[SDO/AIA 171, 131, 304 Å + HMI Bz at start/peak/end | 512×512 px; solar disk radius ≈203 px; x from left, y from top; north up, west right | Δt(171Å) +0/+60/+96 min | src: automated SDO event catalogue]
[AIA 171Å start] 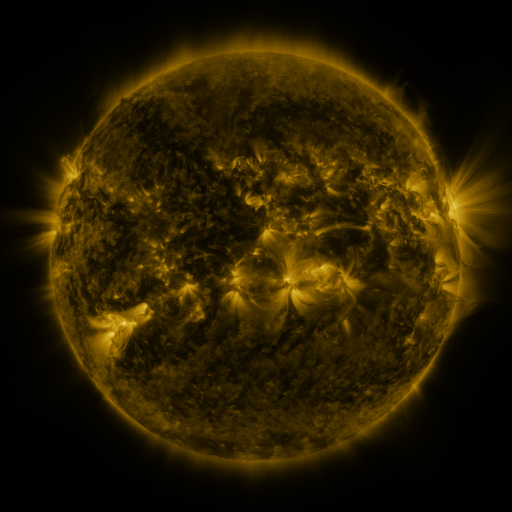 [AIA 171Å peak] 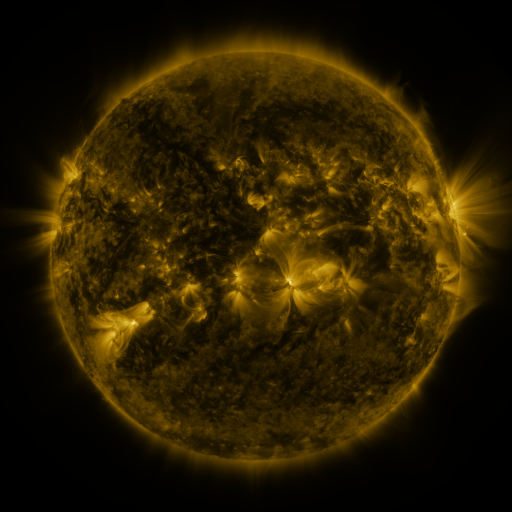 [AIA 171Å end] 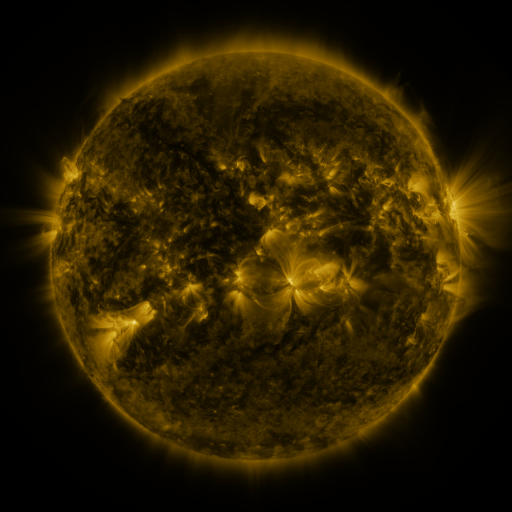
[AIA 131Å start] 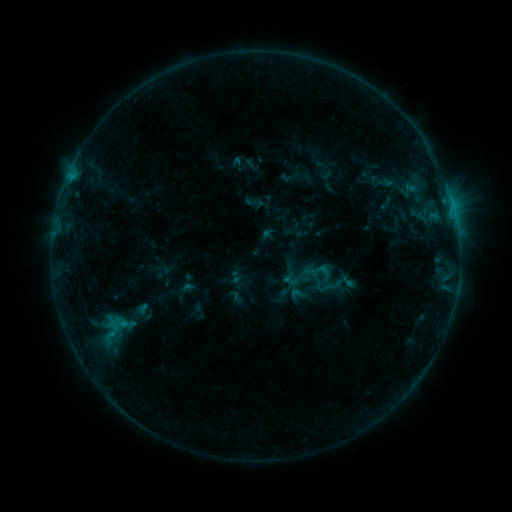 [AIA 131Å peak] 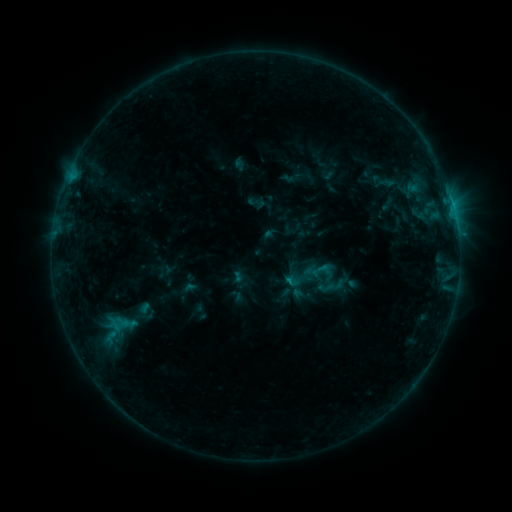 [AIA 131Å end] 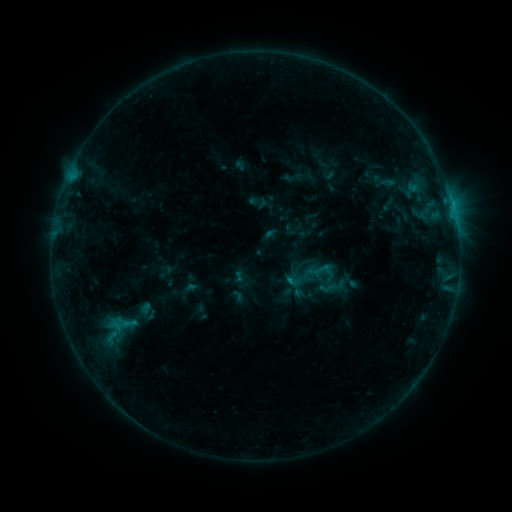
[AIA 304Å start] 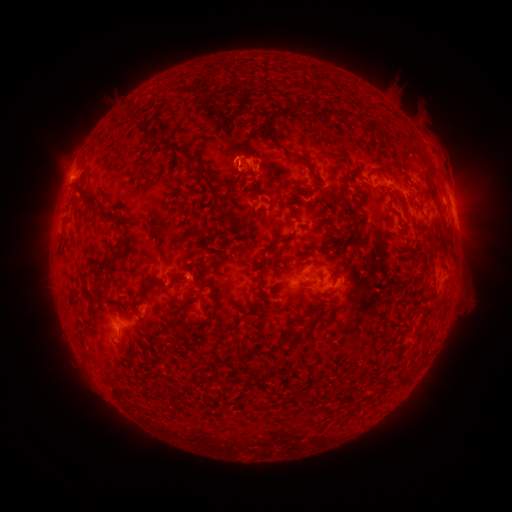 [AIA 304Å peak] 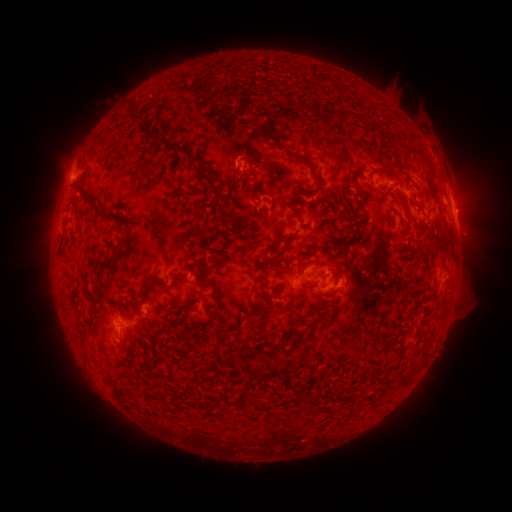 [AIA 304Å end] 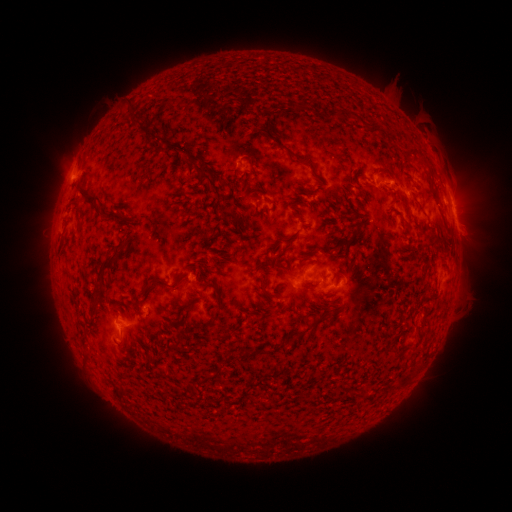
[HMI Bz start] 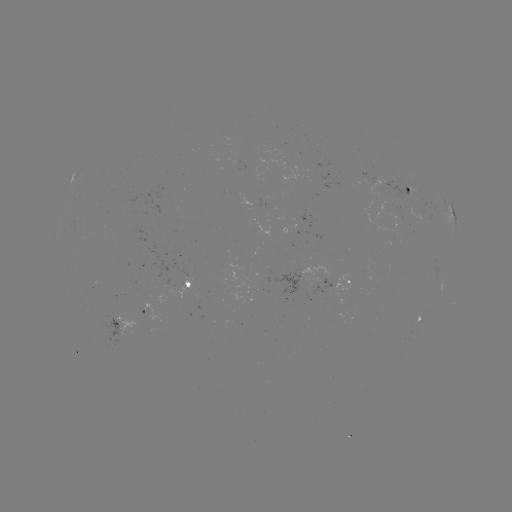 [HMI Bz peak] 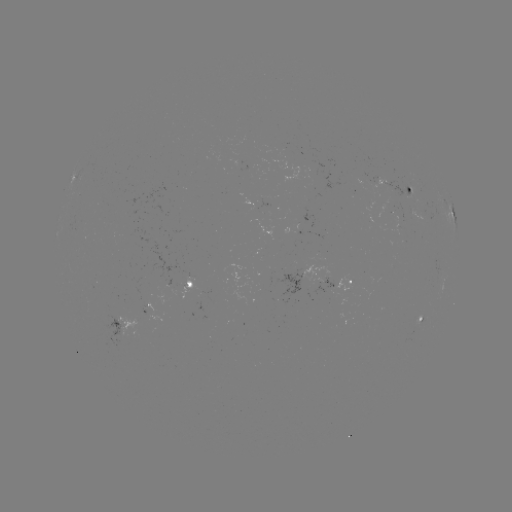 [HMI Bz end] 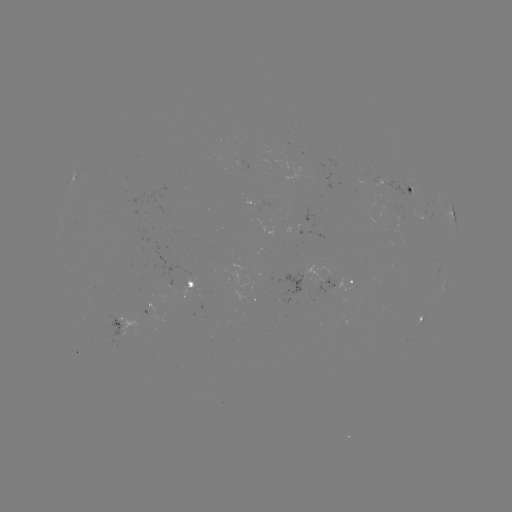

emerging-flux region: (411, 315, 421, 326)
